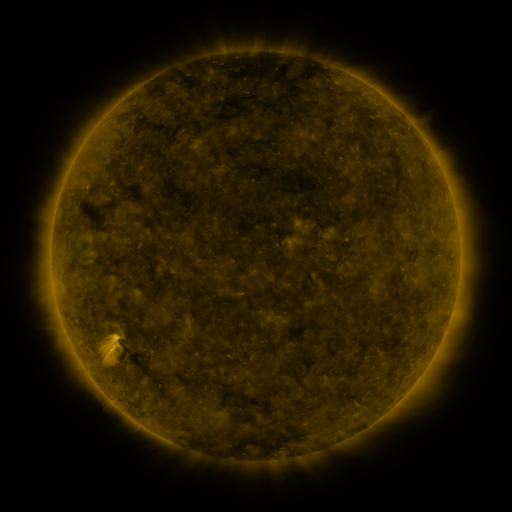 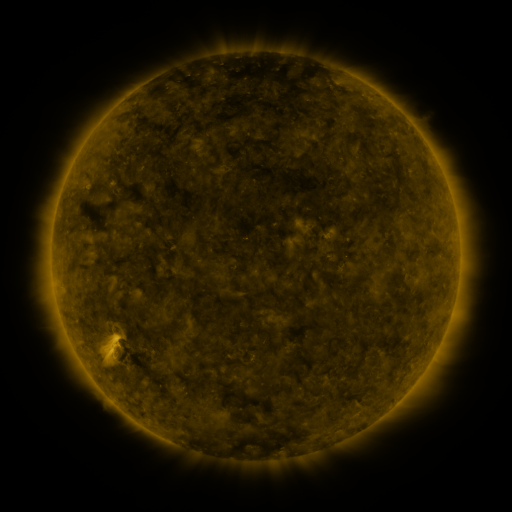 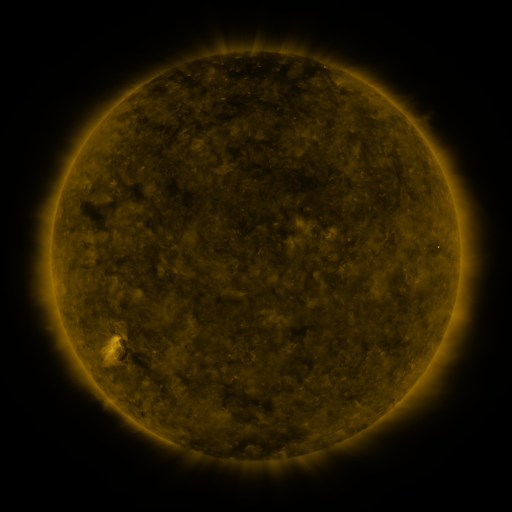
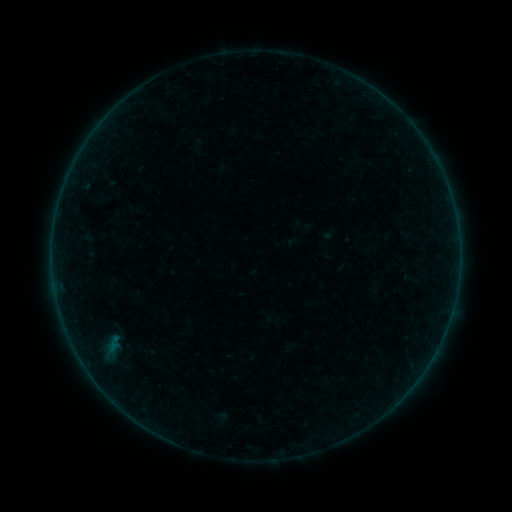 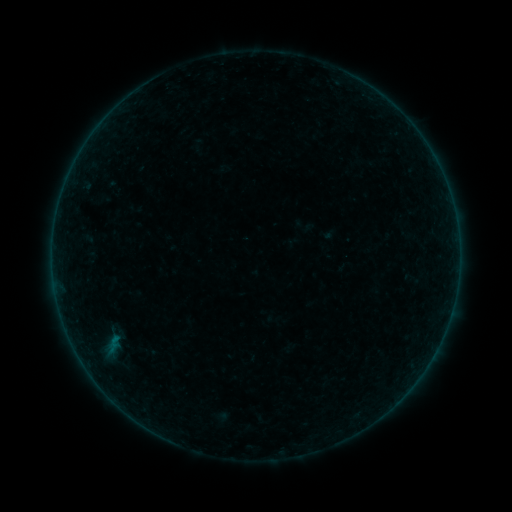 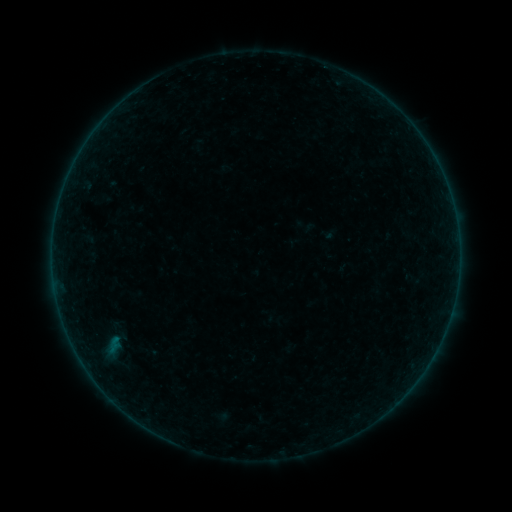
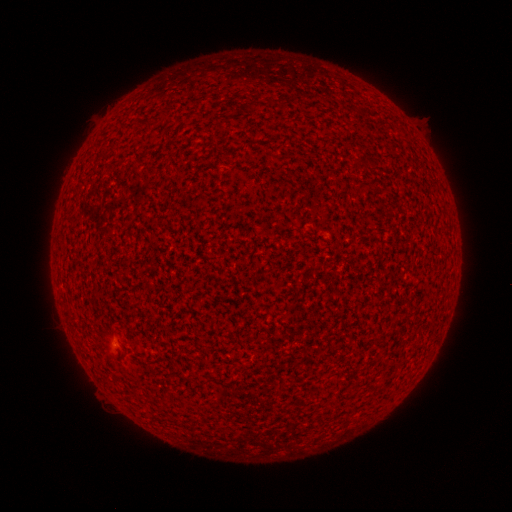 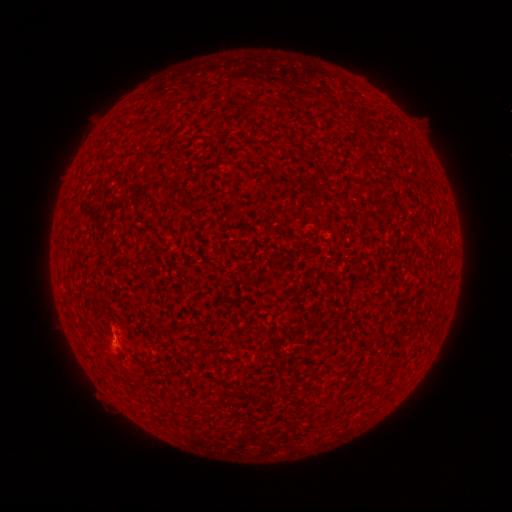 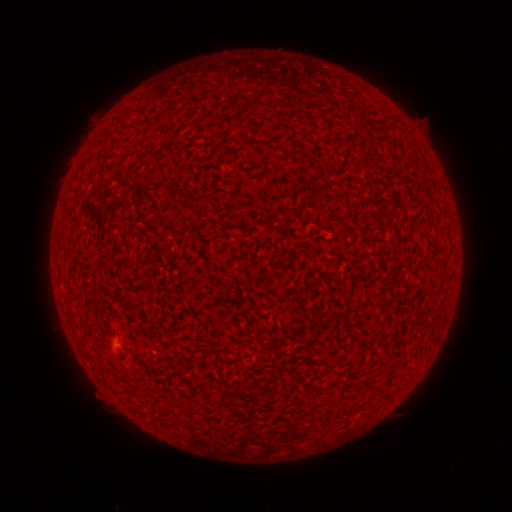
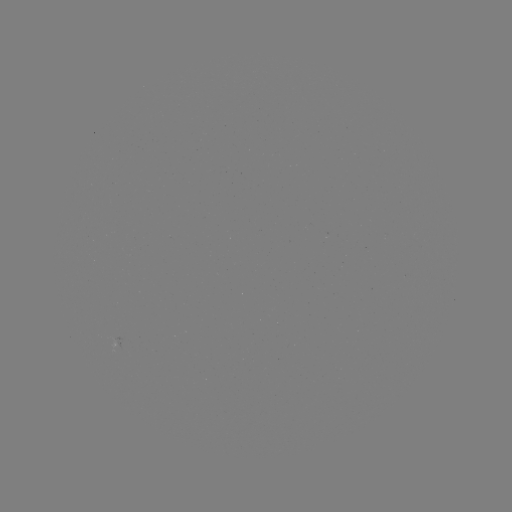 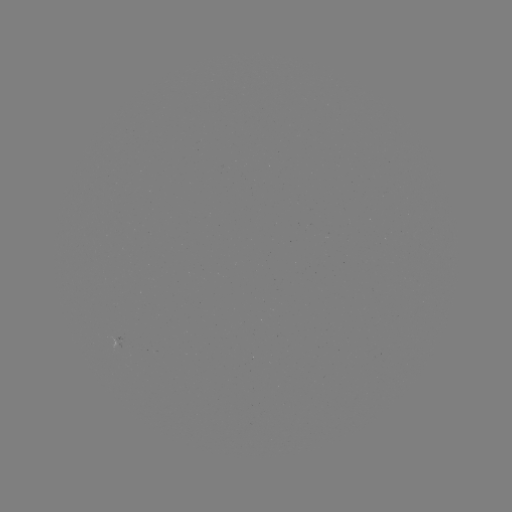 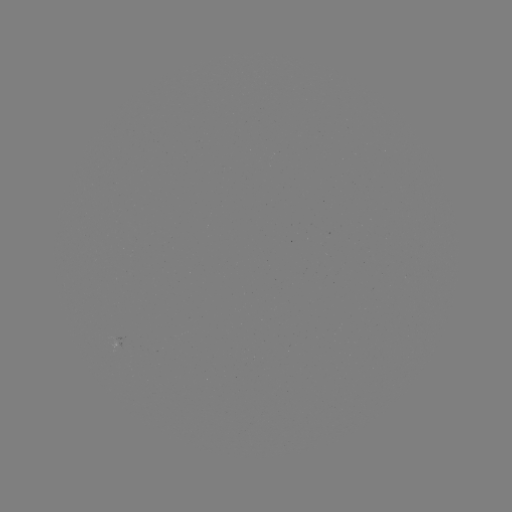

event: flare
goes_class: A9.9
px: (113, 338)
